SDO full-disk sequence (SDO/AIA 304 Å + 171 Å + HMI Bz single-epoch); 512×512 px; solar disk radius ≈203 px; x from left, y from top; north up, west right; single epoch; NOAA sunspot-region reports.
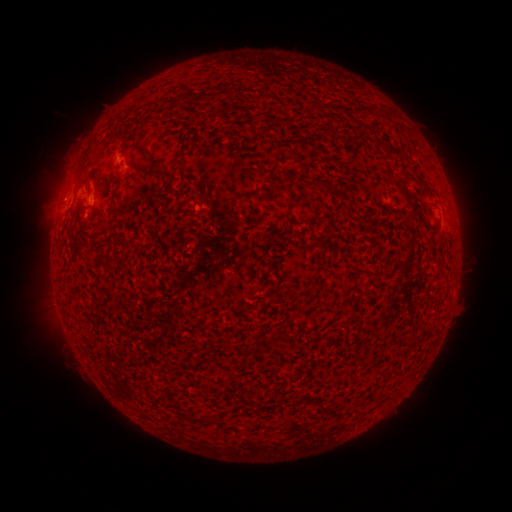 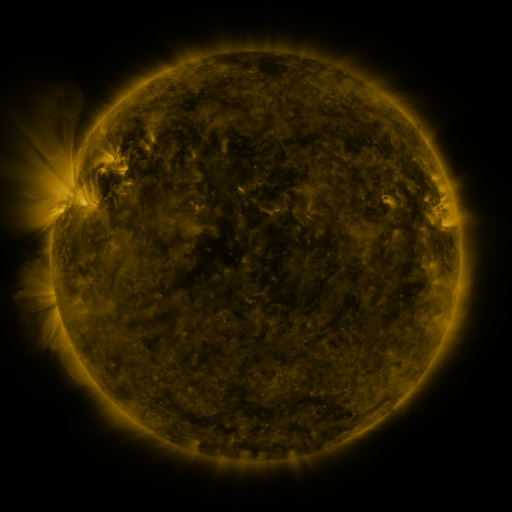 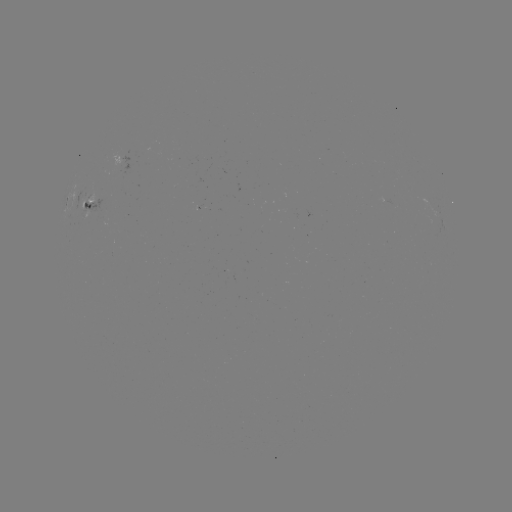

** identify spotted active region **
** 89,200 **